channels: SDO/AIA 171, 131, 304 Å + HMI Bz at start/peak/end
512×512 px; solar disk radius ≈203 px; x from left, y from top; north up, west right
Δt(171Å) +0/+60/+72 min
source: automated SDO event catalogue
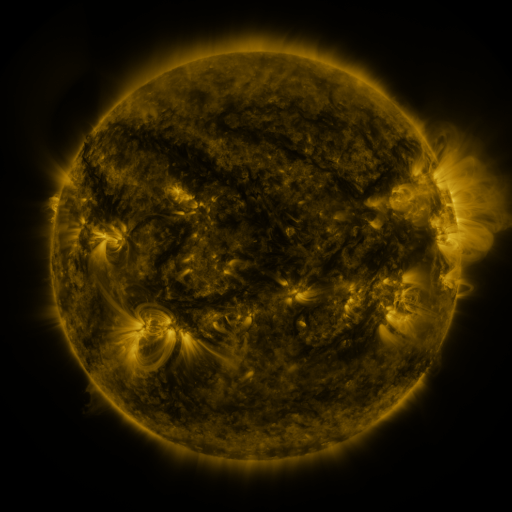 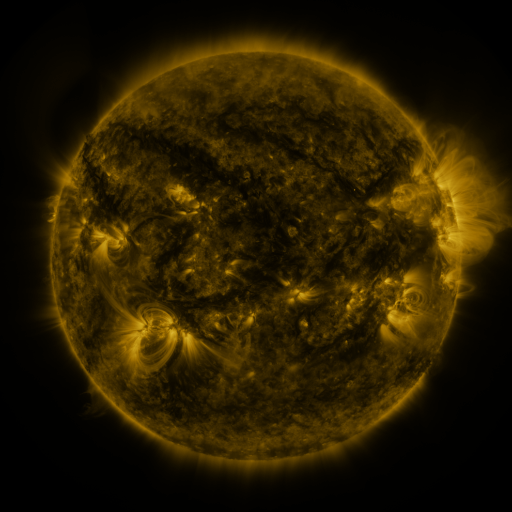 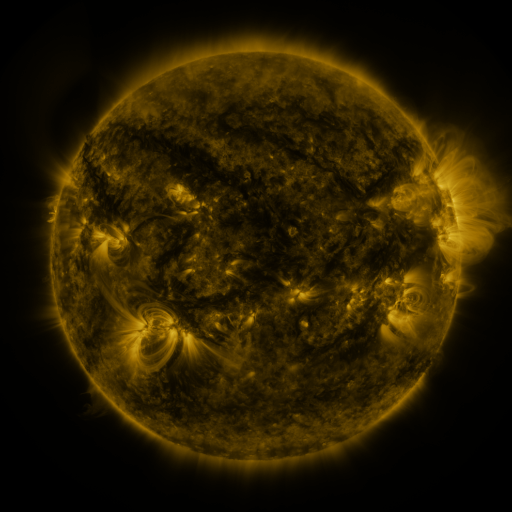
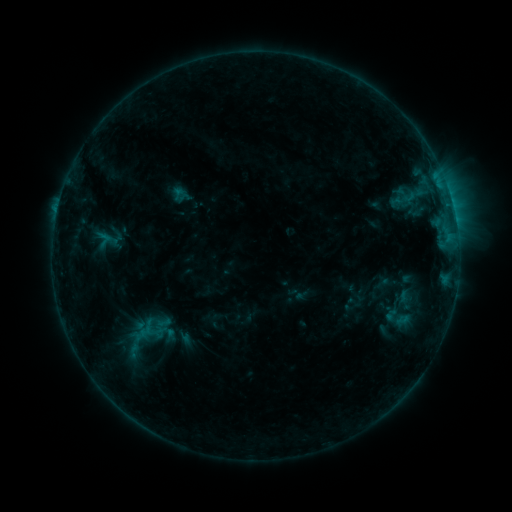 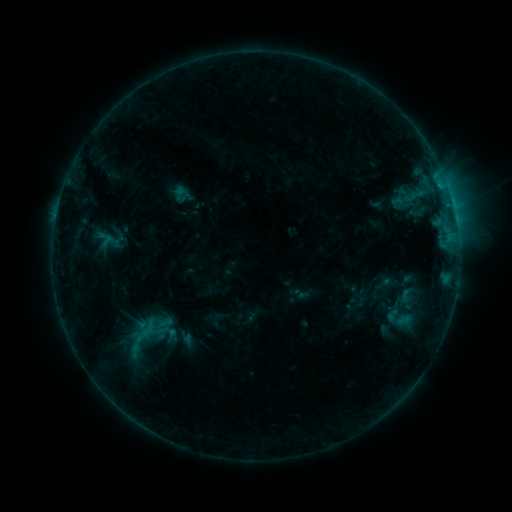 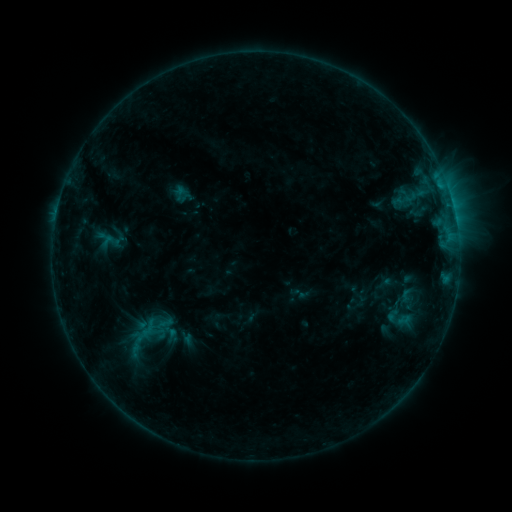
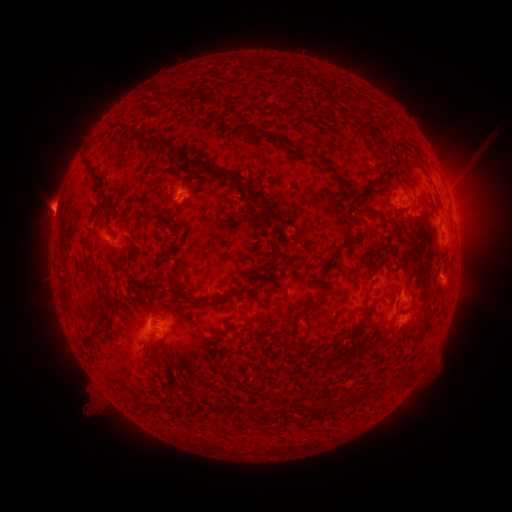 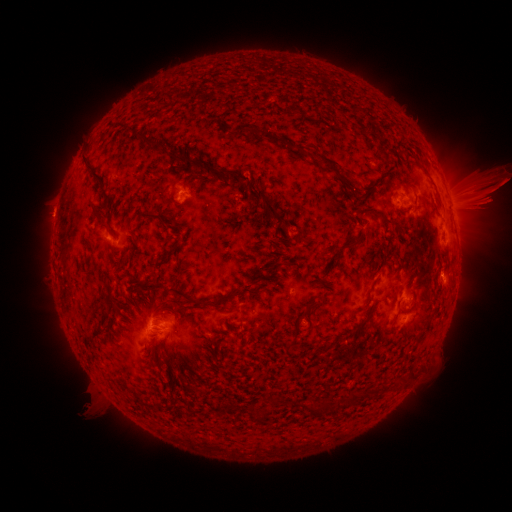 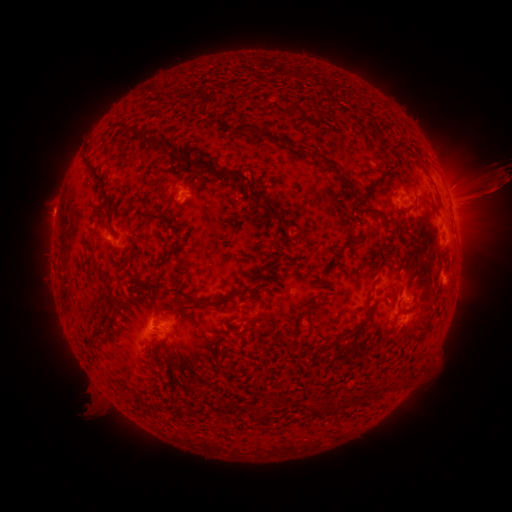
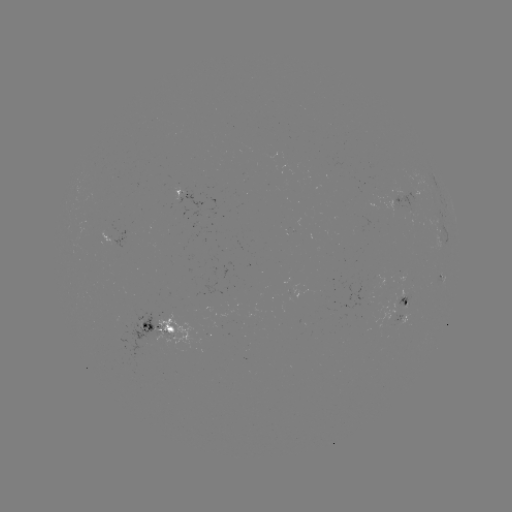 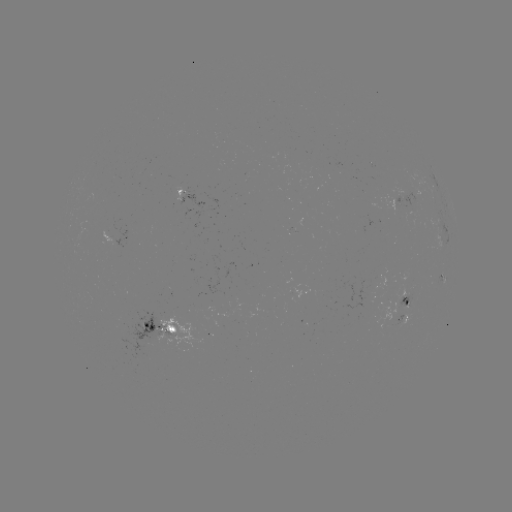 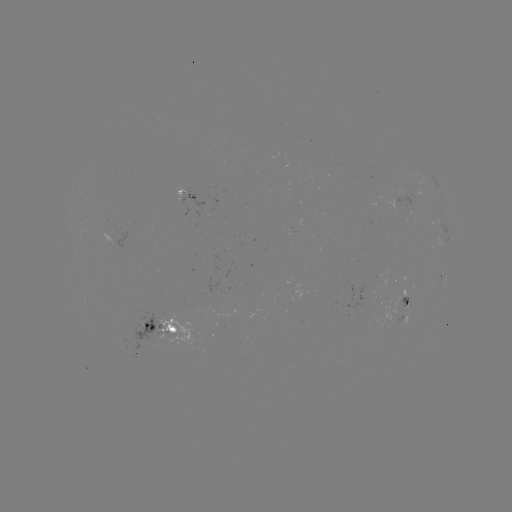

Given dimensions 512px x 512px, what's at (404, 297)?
emerging-flux region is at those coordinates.